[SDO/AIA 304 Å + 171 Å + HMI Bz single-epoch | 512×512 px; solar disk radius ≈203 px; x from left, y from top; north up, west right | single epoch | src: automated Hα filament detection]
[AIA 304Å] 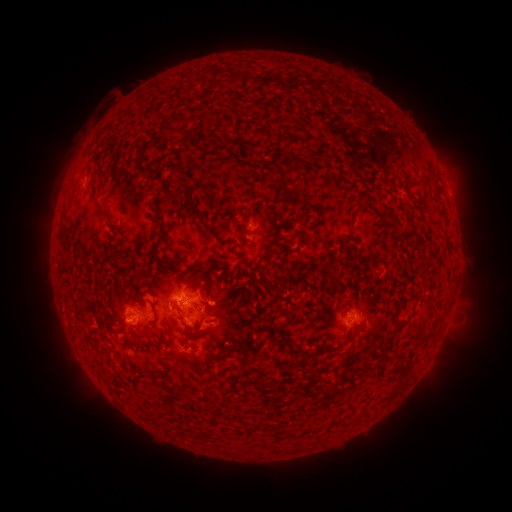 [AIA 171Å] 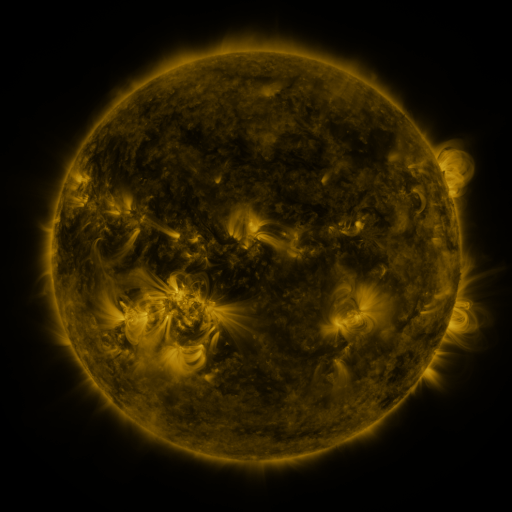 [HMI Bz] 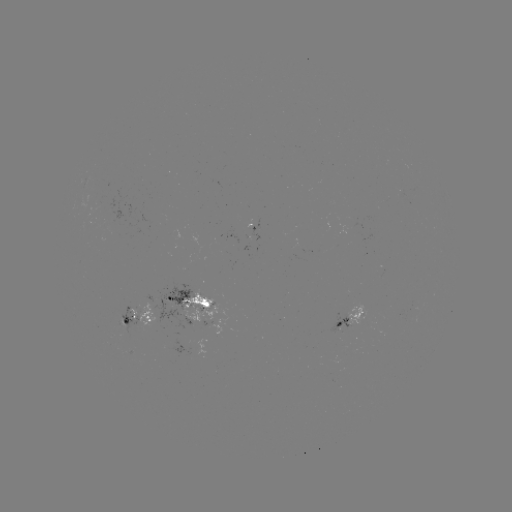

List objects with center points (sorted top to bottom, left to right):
filament: (151, 103)
filament: (163, 116)
filament: (173, 130)
filament: (292, 159)
filament: (282, 177)
filament: (96, 200)
filament: (363, 207)
filament: (196, 213)
filament: (158, 240)
filament: (231, 248)
filament: (210, 296)
filament: (118, 300)
filament: (157, 323)
filament: (220, 353)
filament: (242, 362)
filament: (400, 367)
filament: (394, 392)
